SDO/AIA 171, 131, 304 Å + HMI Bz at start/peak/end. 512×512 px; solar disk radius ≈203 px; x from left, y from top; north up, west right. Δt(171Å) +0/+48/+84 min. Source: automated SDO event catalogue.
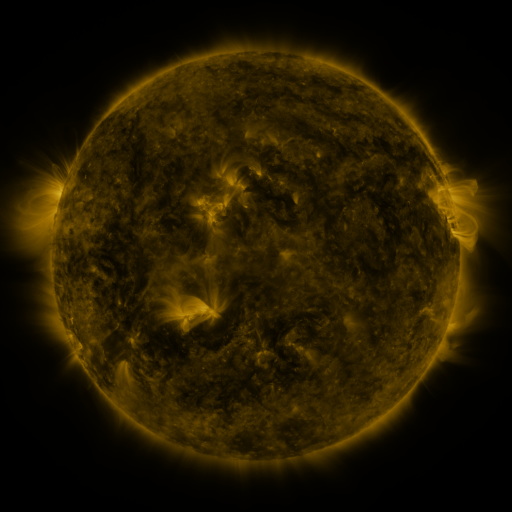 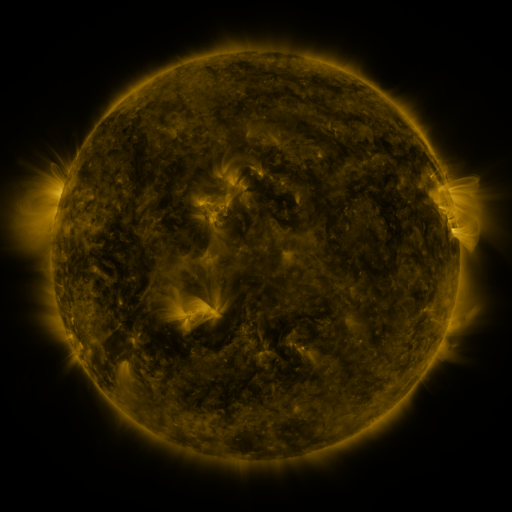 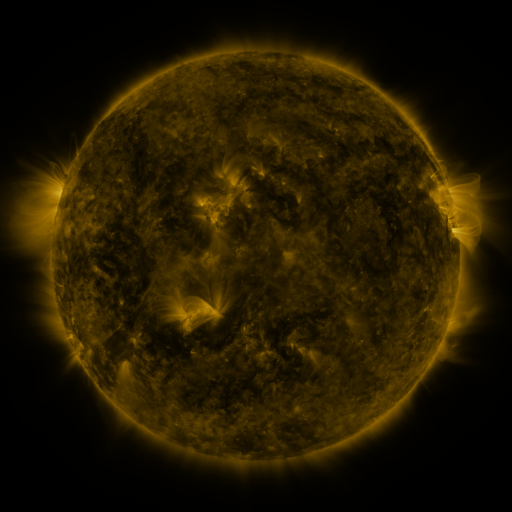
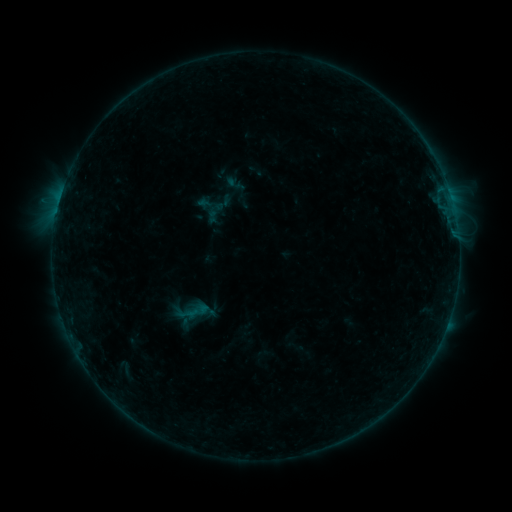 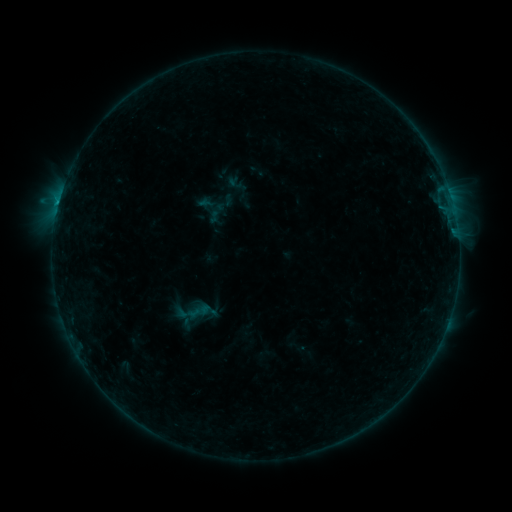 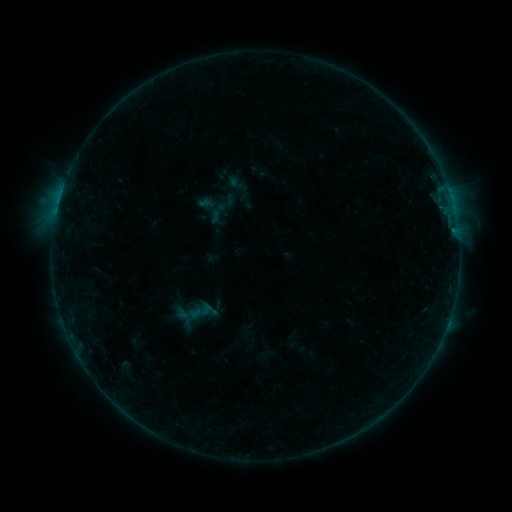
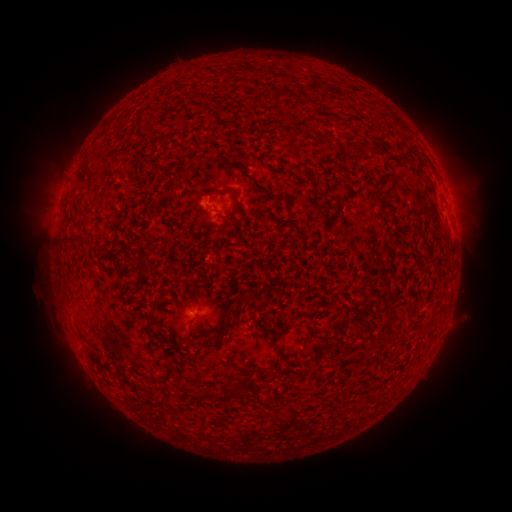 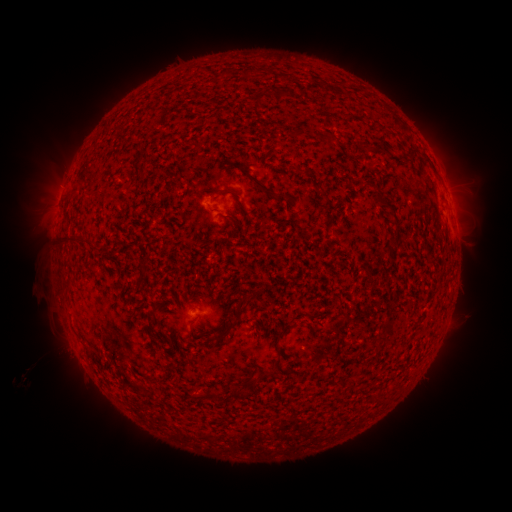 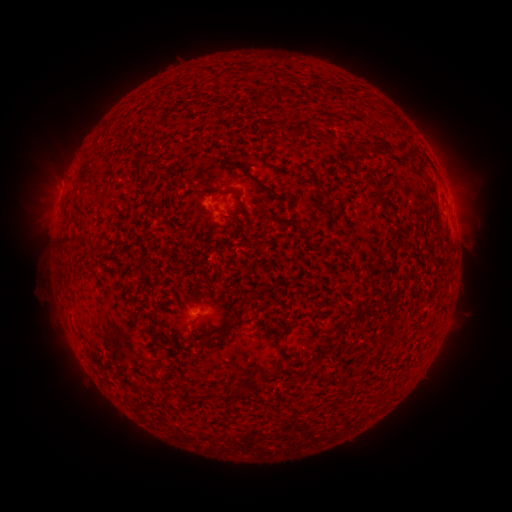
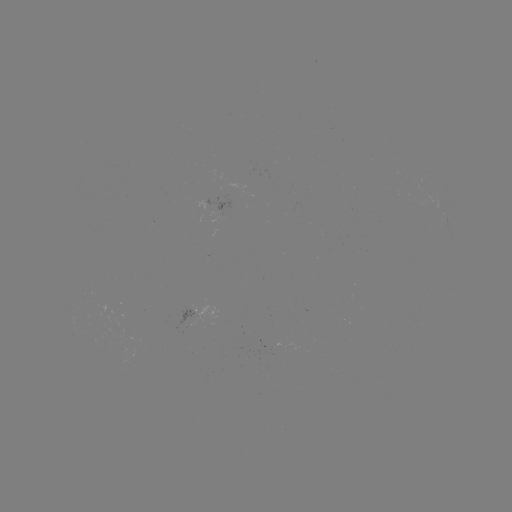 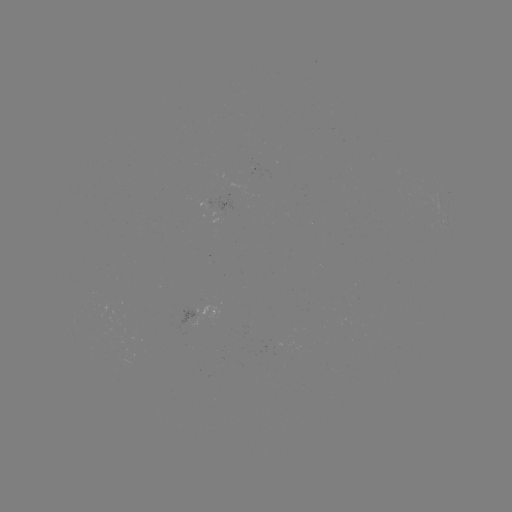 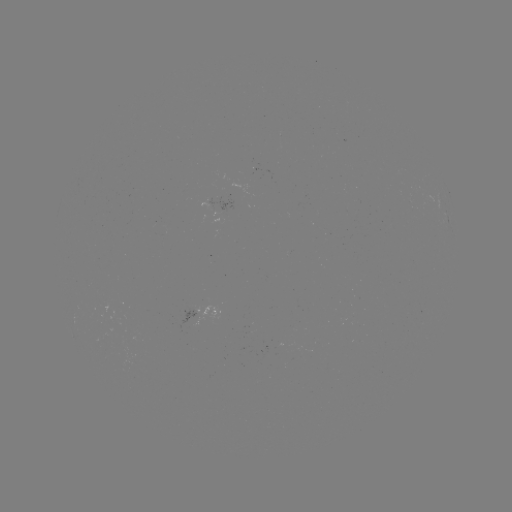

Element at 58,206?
B6.4 flare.